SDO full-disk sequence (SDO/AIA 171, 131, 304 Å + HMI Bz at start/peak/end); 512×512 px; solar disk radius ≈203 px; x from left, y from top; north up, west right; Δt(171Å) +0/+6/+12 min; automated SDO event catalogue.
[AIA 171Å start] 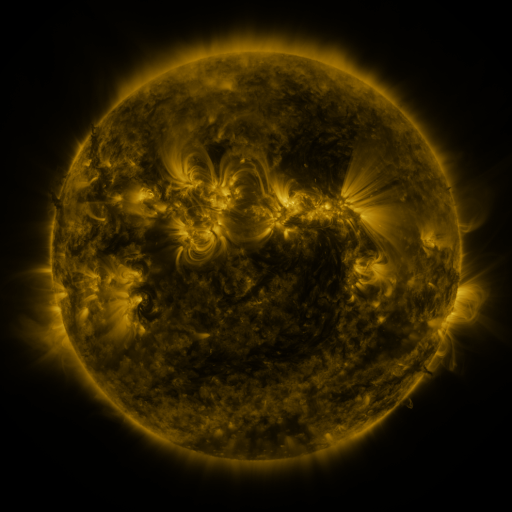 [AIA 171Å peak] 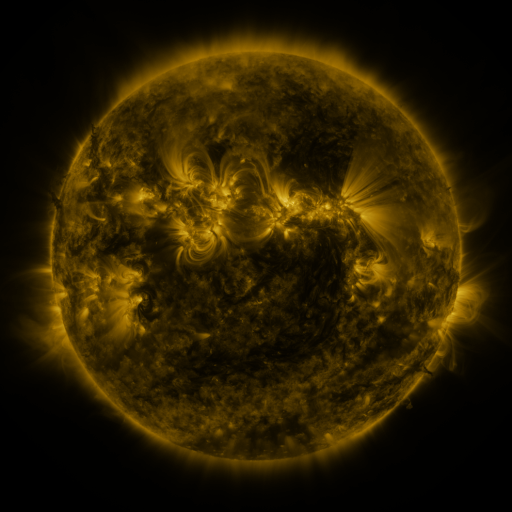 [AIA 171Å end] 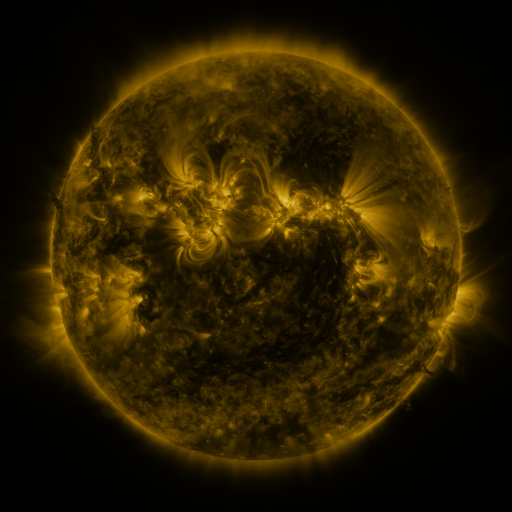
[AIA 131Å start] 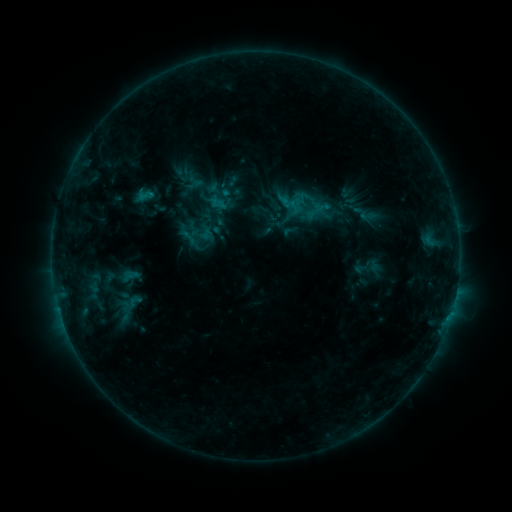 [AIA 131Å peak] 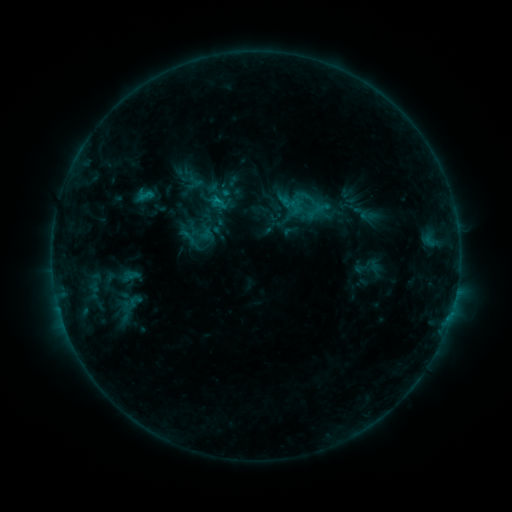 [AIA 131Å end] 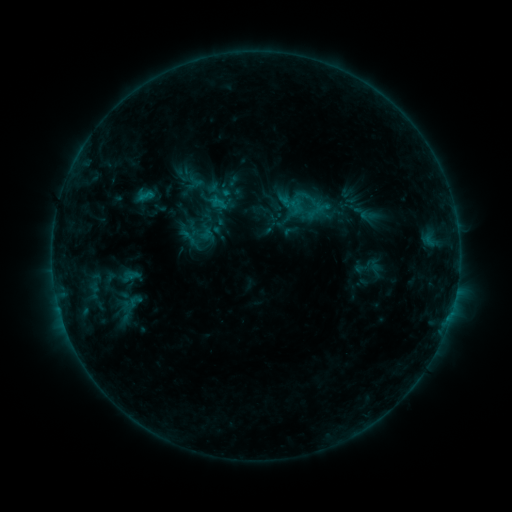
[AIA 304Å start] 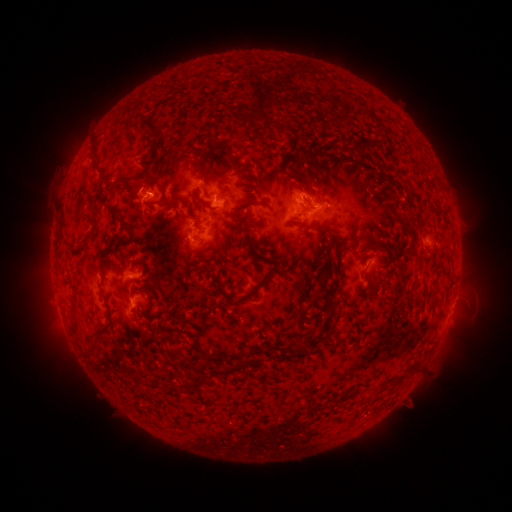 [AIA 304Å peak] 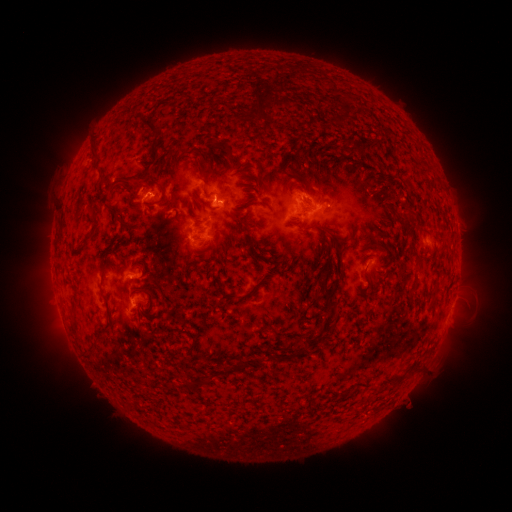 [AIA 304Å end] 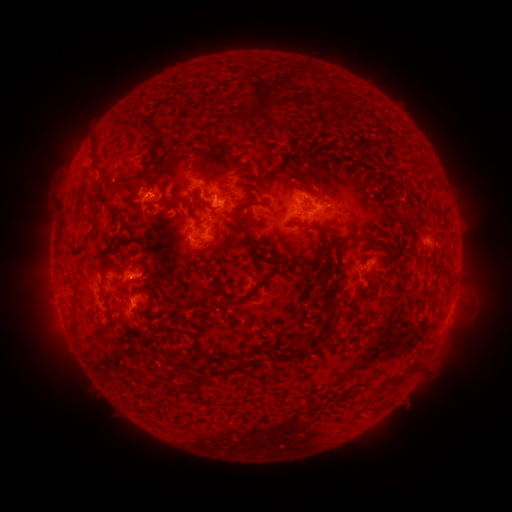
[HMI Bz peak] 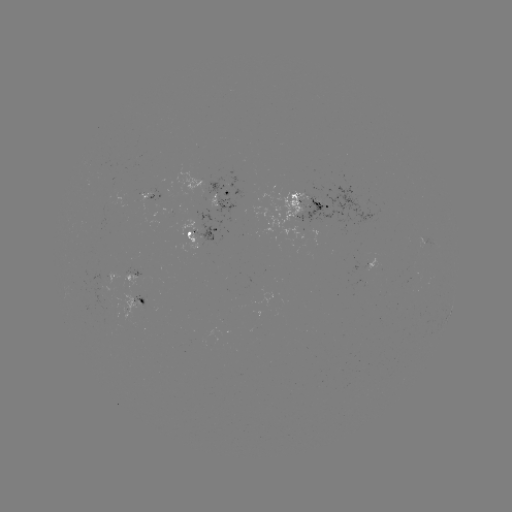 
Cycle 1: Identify B6.6 flare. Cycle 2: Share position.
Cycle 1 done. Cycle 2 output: (218, 200).